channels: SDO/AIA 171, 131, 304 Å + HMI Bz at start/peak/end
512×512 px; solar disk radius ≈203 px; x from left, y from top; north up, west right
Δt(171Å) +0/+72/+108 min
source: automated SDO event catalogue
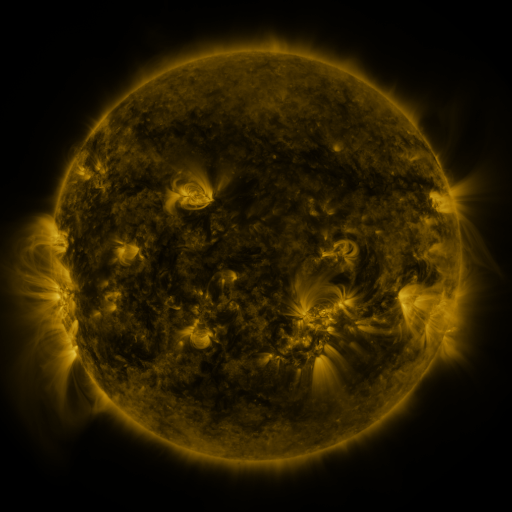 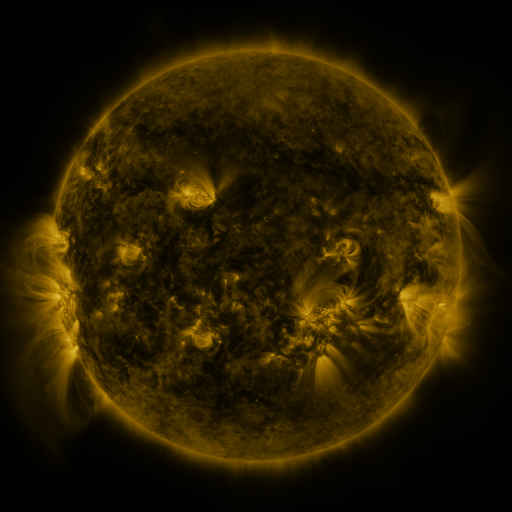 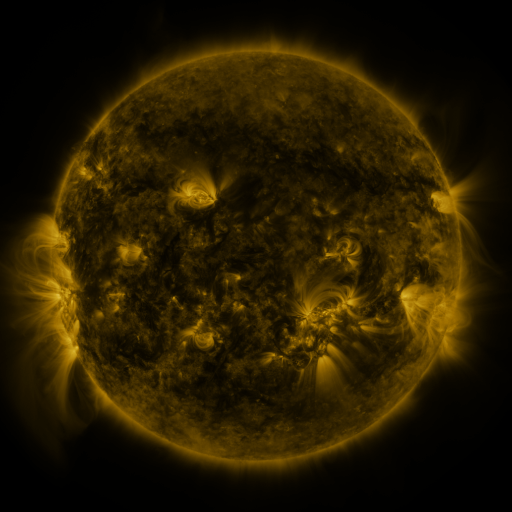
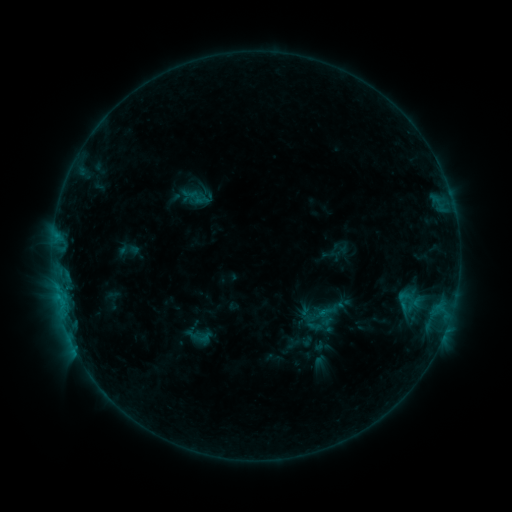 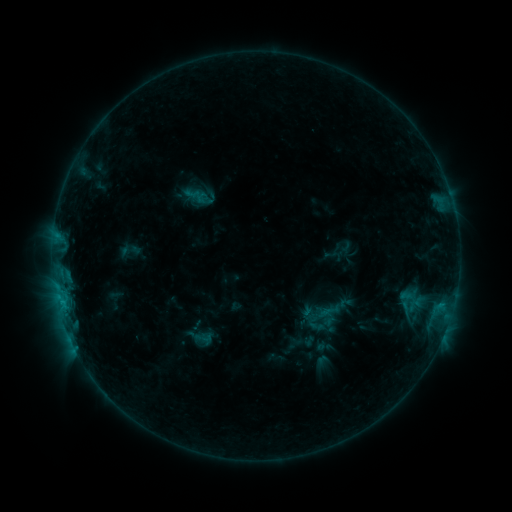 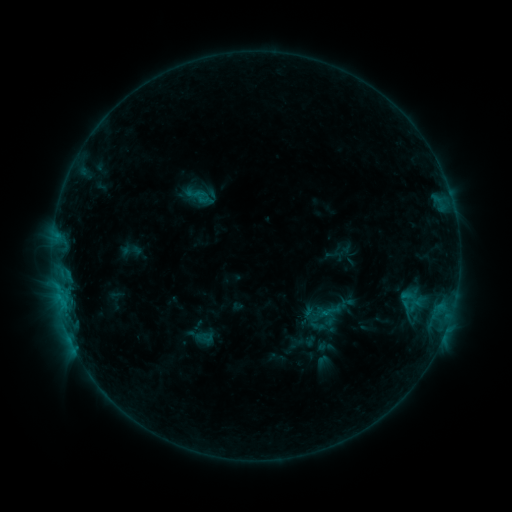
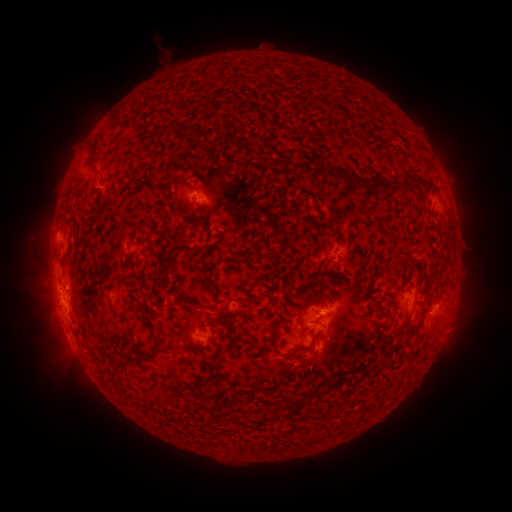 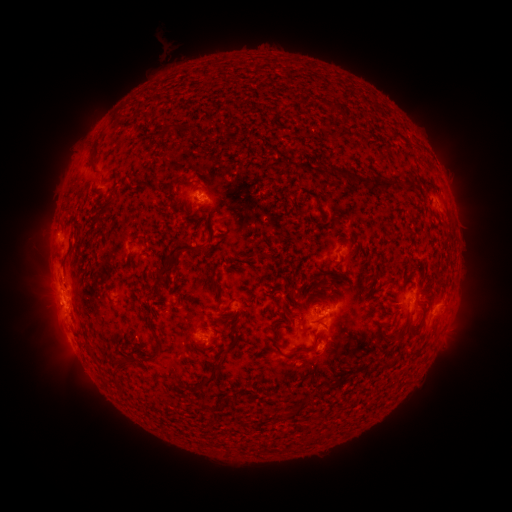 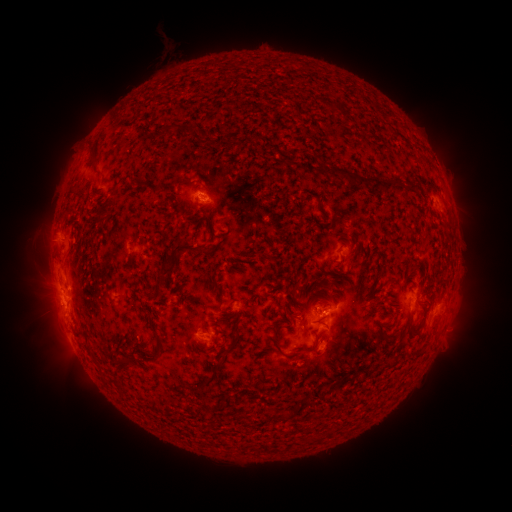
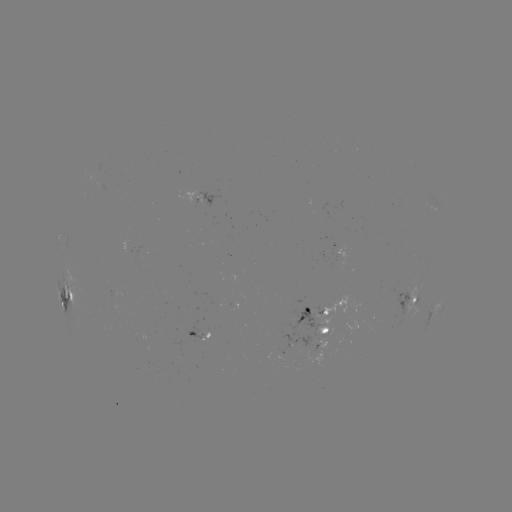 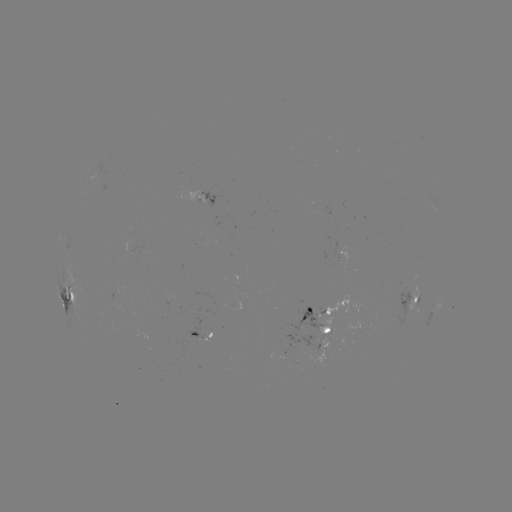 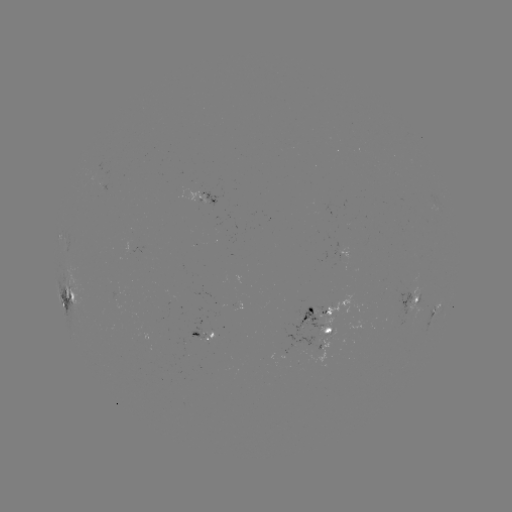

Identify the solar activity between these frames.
emerging-flux region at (217, 227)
